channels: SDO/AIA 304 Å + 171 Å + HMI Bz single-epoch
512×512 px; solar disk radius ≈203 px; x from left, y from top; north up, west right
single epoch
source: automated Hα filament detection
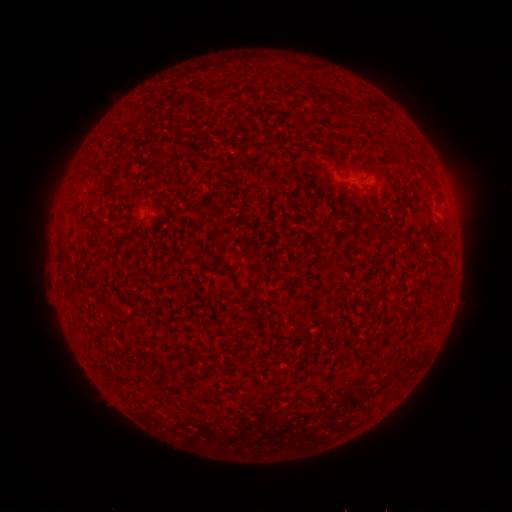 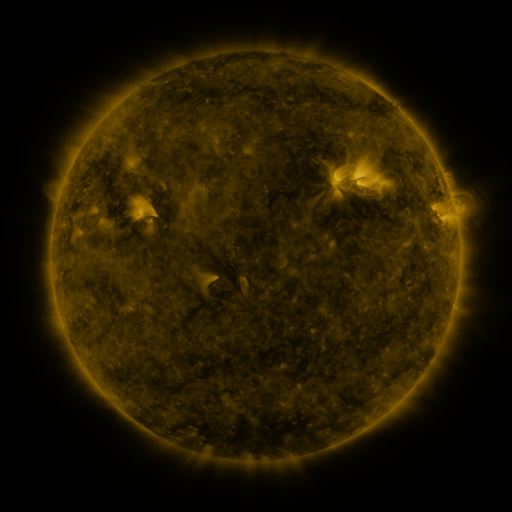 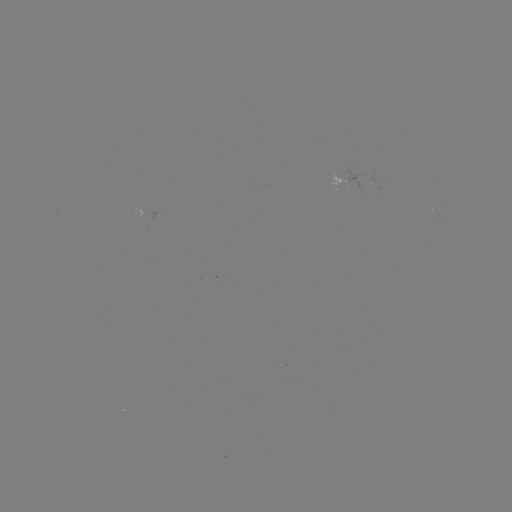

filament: <bbox>219, 85, 230, 96</bbox>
